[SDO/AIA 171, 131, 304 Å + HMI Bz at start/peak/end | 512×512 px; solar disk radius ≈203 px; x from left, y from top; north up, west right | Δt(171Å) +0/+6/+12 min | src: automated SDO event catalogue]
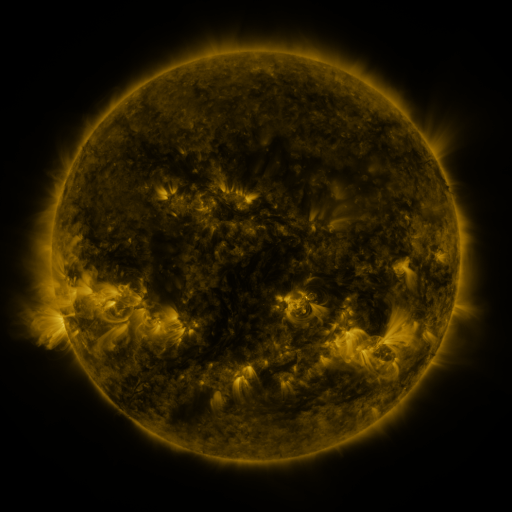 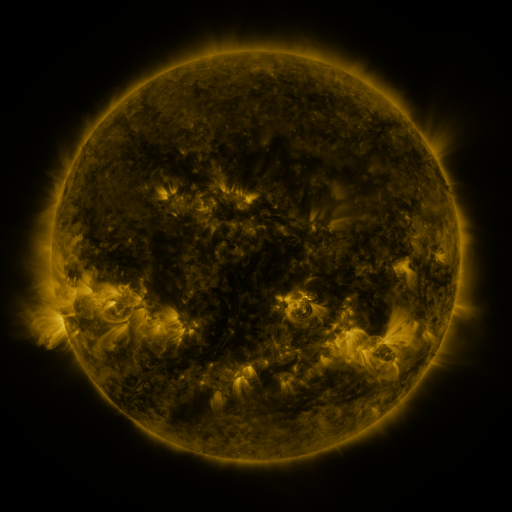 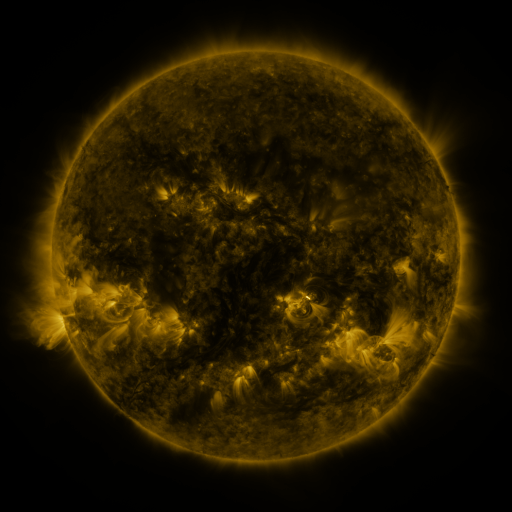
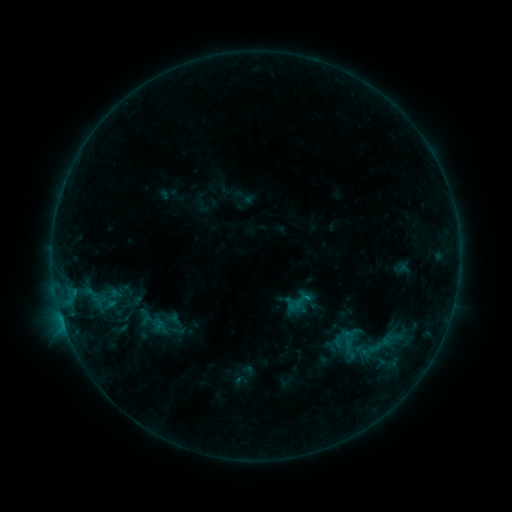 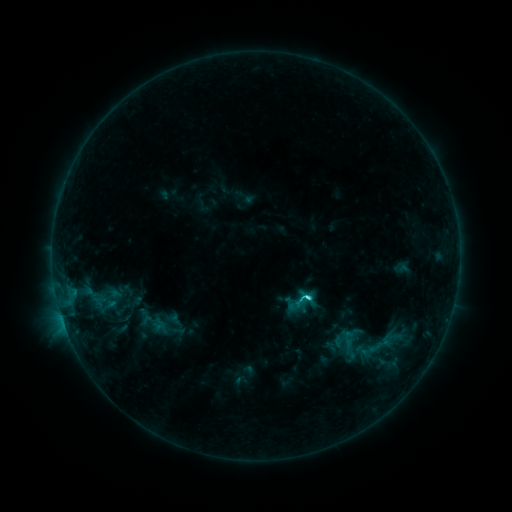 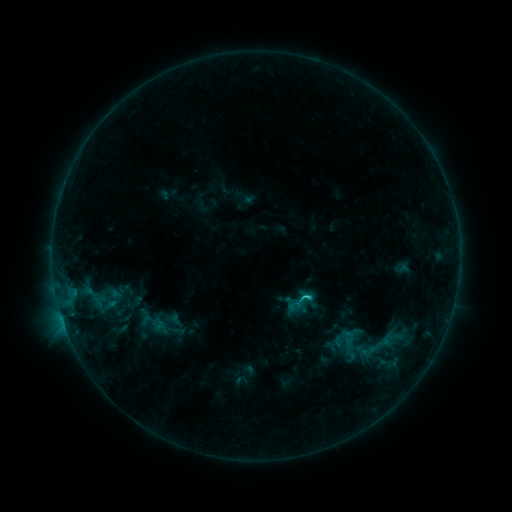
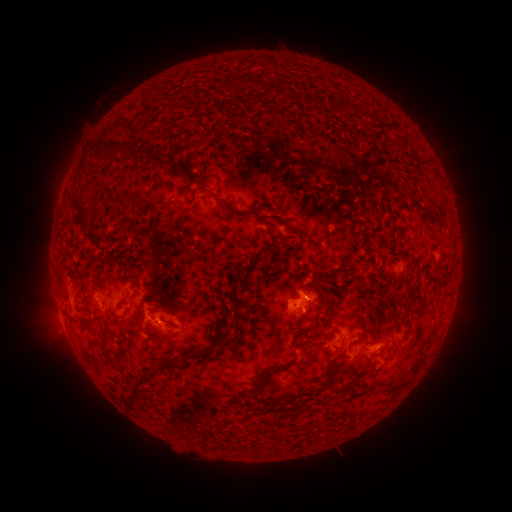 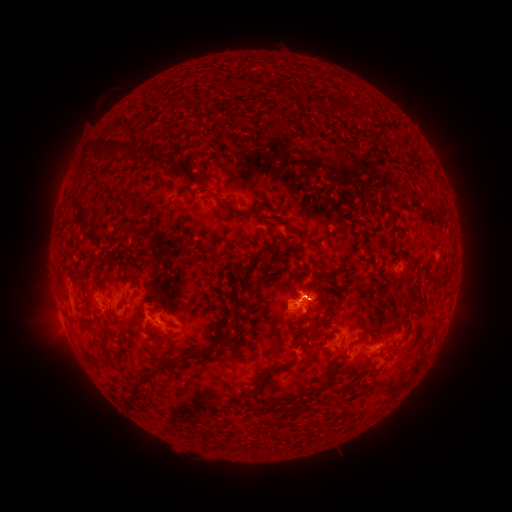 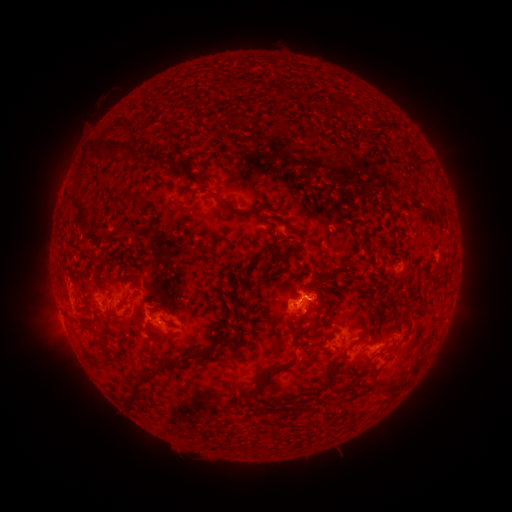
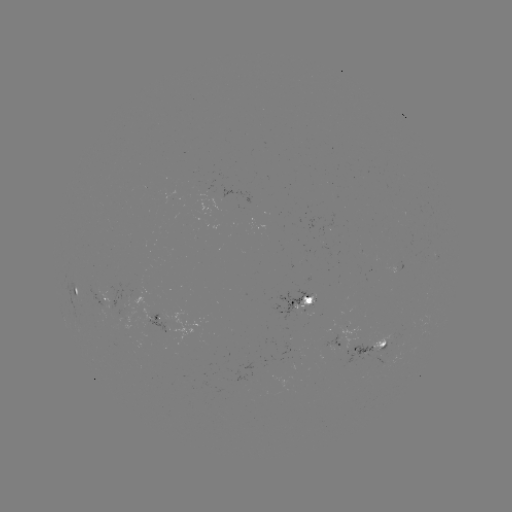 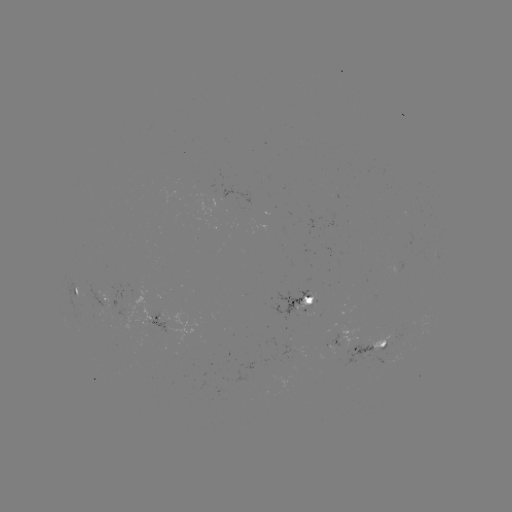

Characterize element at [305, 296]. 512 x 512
C2.6 flare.